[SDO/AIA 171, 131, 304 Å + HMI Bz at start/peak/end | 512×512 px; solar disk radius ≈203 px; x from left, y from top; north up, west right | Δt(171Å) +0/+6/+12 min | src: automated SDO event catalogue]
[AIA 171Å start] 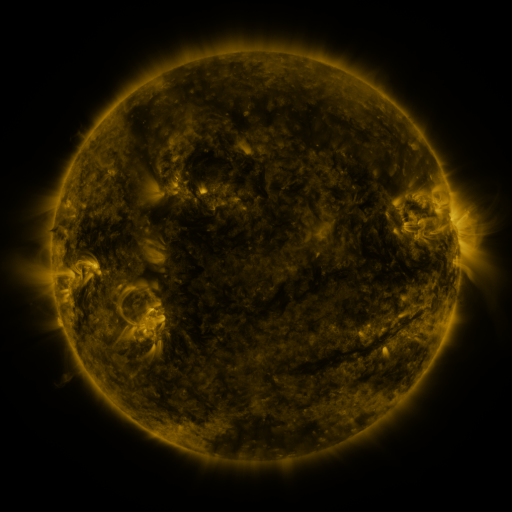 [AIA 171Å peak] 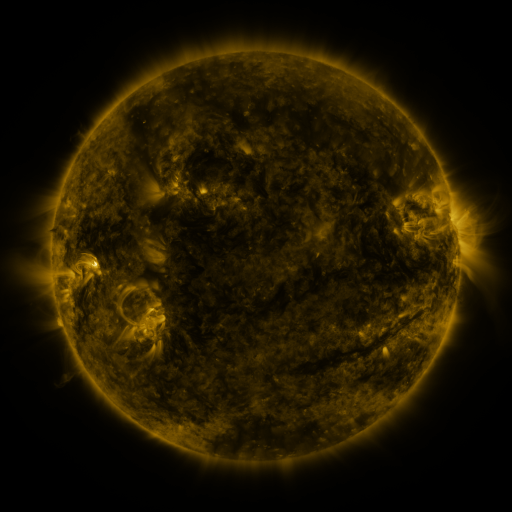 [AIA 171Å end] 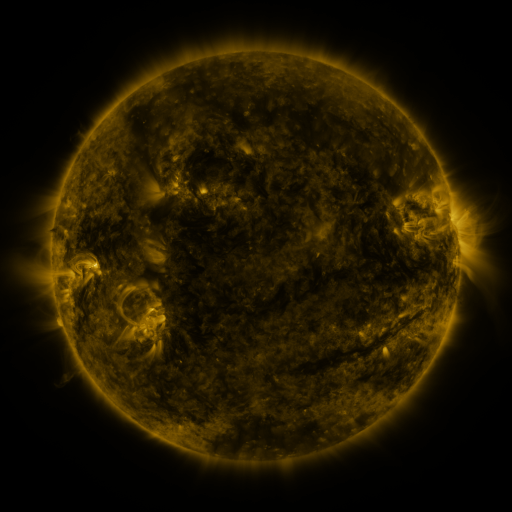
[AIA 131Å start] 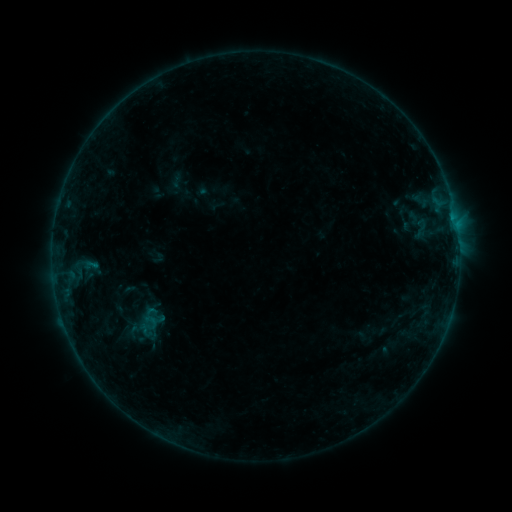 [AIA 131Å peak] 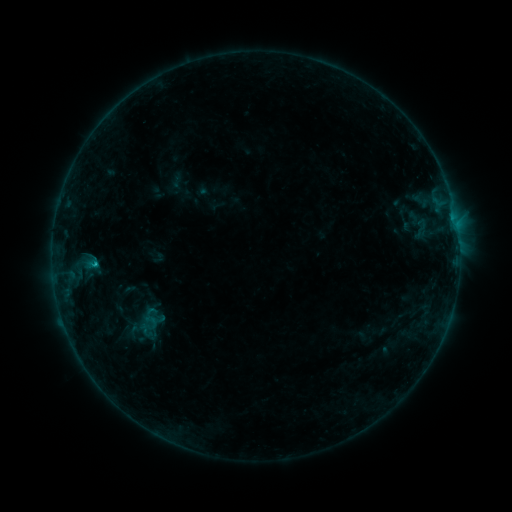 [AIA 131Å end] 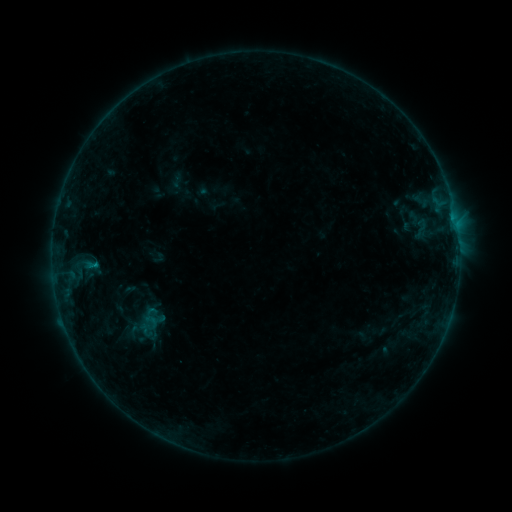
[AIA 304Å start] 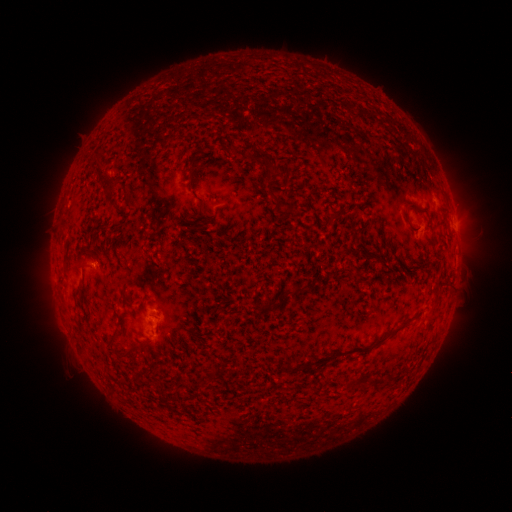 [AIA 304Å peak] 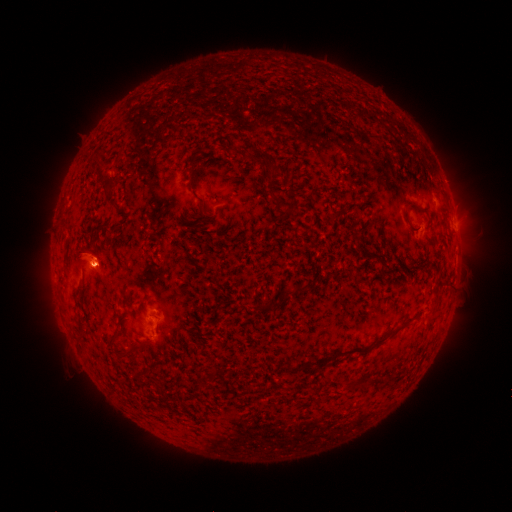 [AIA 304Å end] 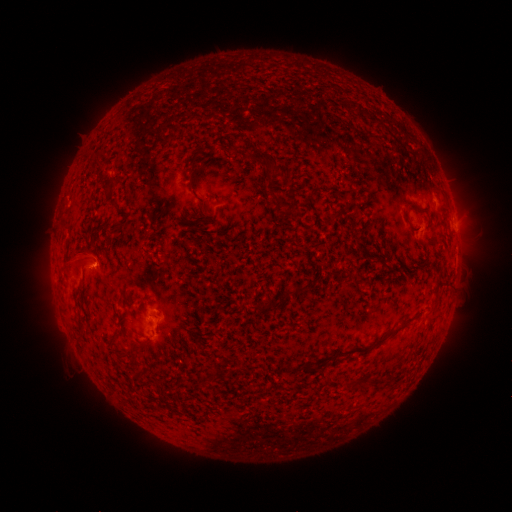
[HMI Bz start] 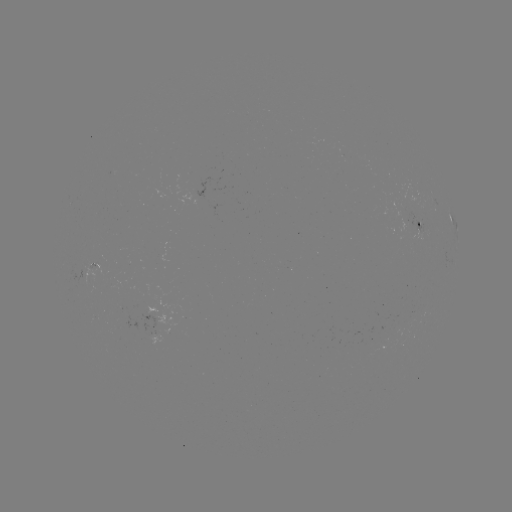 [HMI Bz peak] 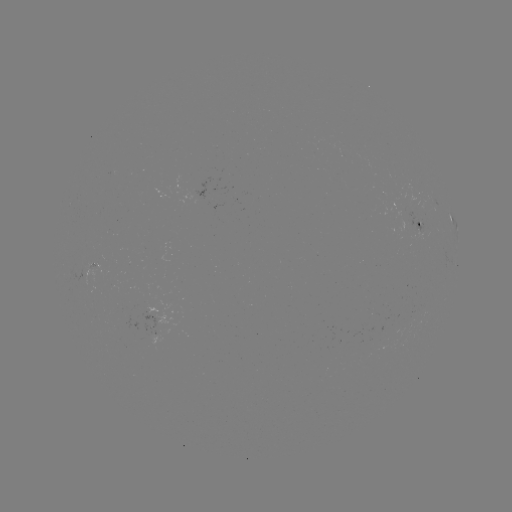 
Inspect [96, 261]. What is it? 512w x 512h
B4.4 flare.